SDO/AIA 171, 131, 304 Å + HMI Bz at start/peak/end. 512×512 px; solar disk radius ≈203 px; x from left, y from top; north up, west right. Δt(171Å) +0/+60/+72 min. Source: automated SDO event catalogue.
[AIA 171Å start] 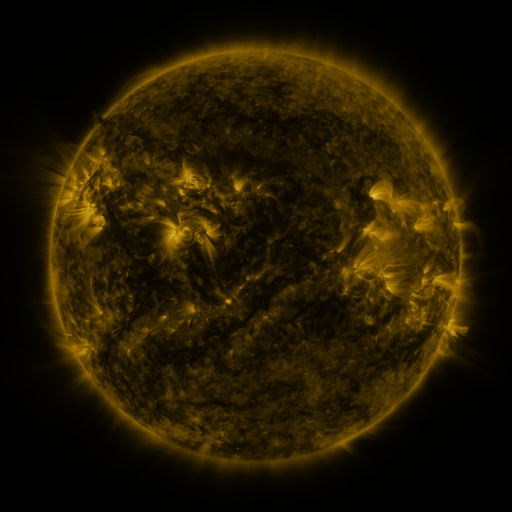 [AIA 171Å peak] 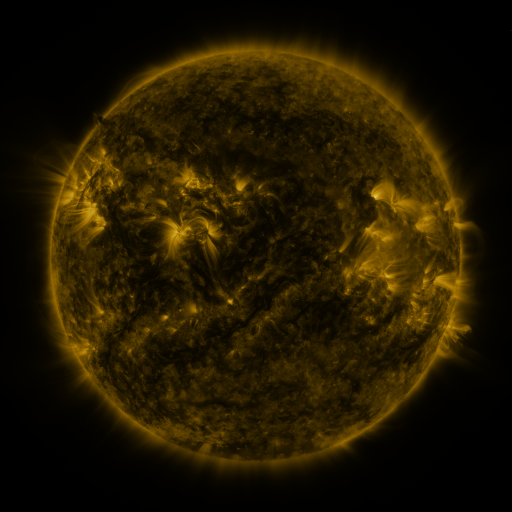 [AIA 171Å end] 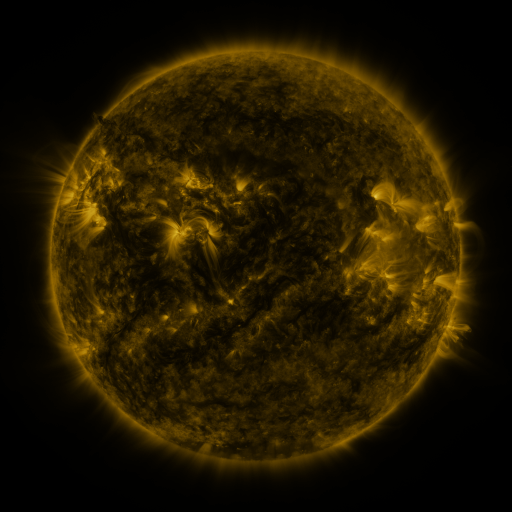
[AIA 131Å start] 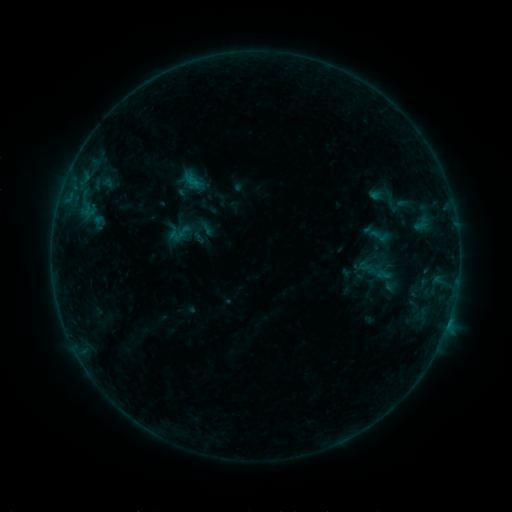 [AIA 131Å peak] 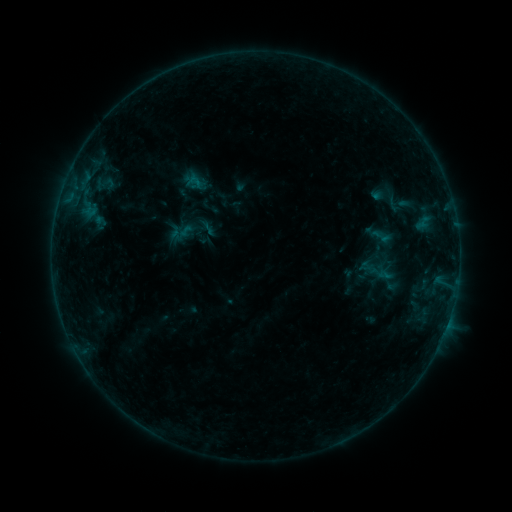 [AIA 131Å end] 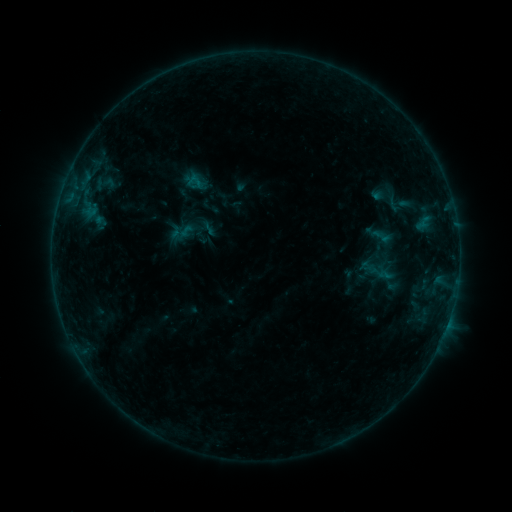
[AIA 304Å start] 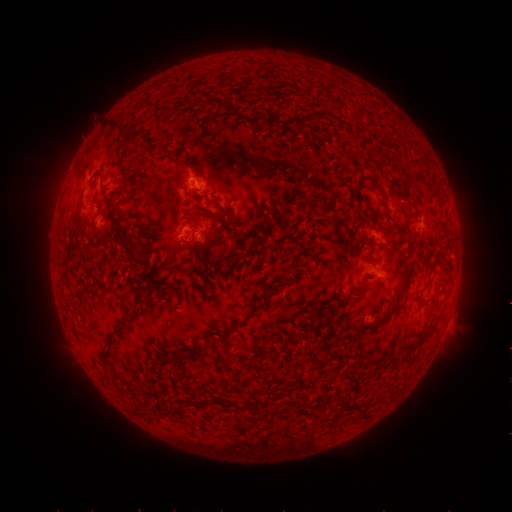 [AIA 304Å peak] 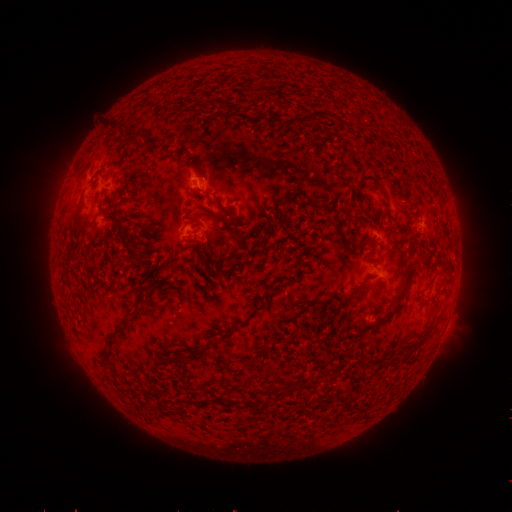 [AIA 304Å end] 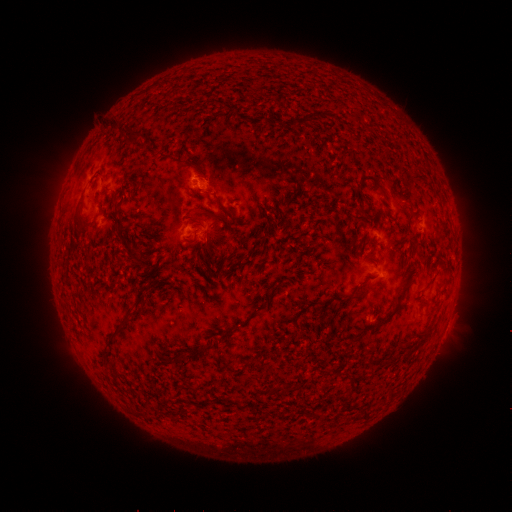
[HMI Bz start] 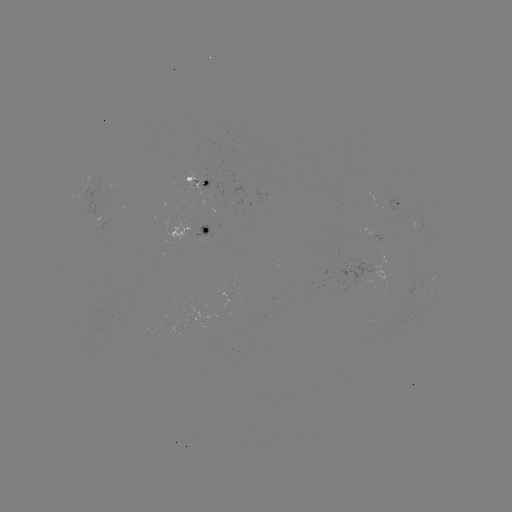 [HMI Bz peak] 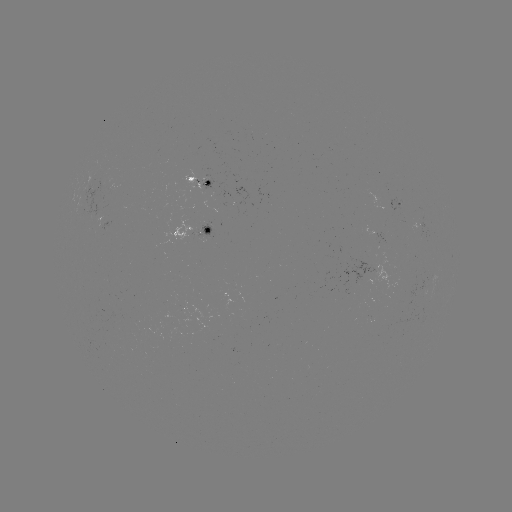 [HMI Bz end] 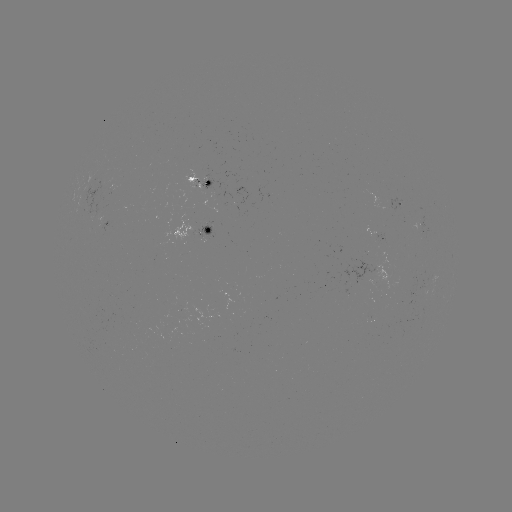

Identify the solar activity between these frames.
emerging-flux region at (102, 190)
